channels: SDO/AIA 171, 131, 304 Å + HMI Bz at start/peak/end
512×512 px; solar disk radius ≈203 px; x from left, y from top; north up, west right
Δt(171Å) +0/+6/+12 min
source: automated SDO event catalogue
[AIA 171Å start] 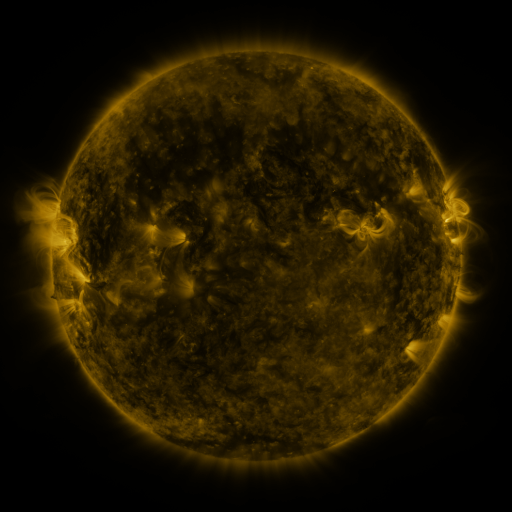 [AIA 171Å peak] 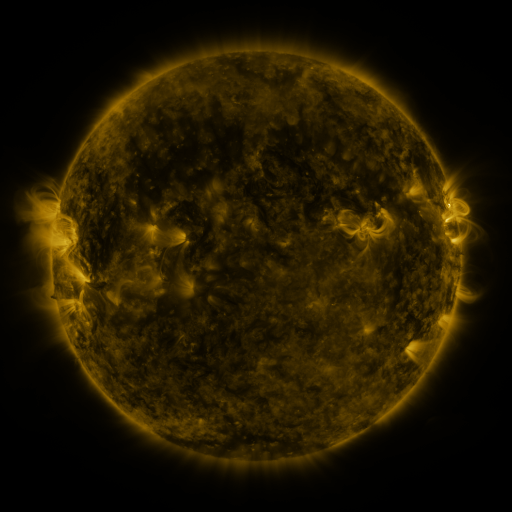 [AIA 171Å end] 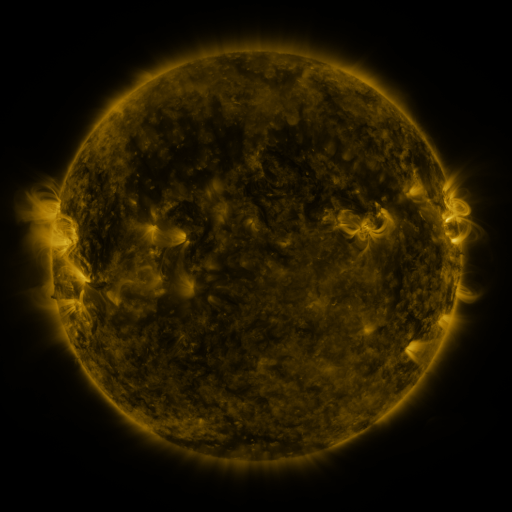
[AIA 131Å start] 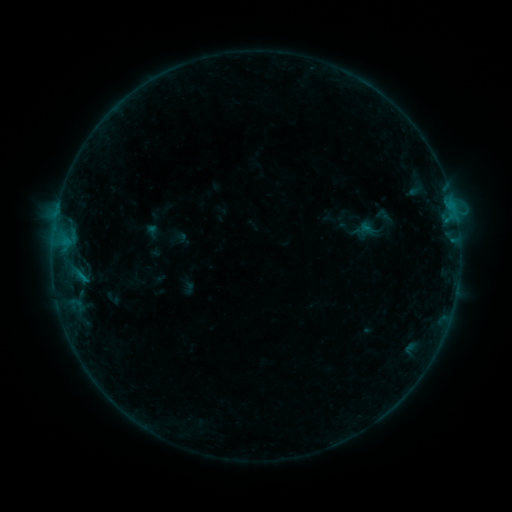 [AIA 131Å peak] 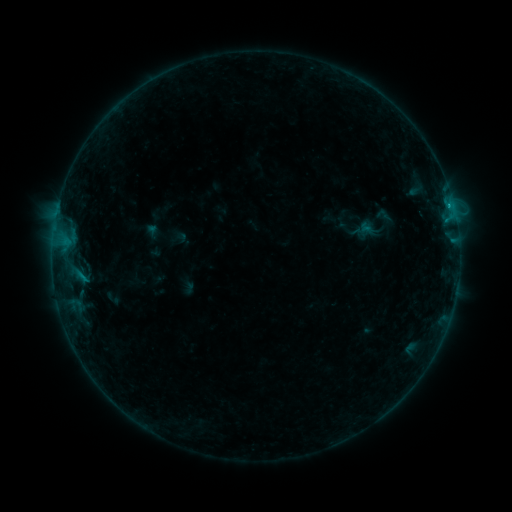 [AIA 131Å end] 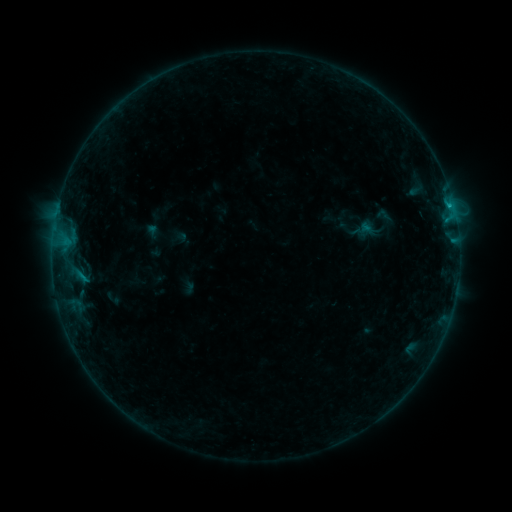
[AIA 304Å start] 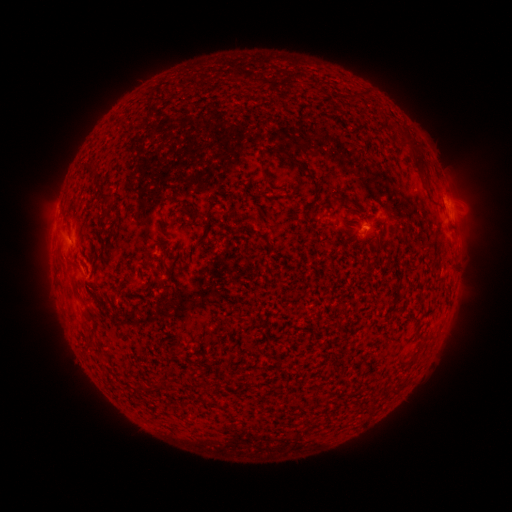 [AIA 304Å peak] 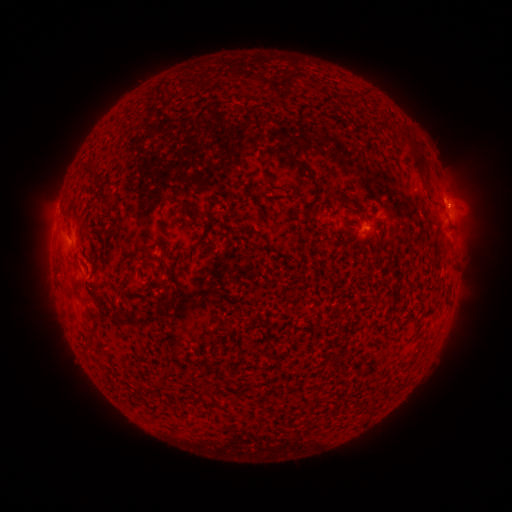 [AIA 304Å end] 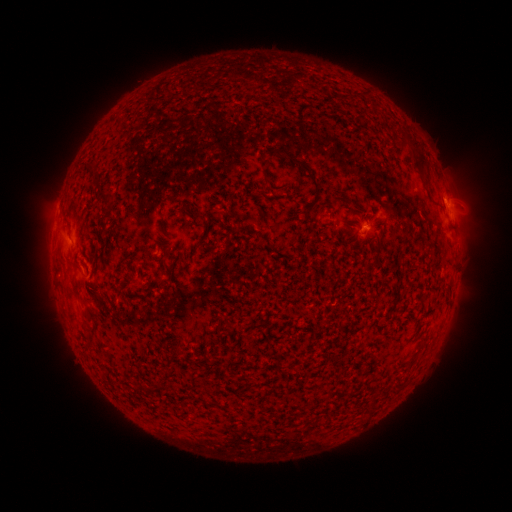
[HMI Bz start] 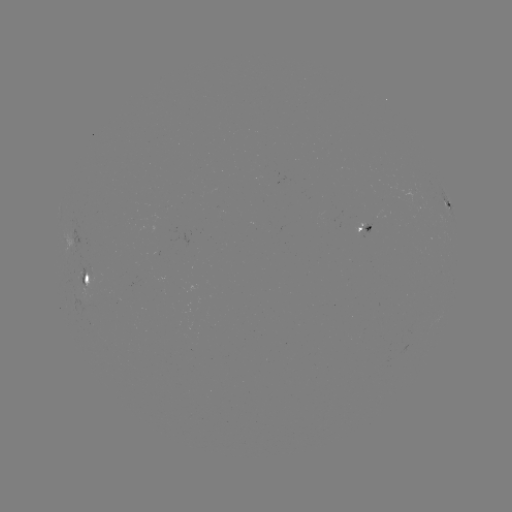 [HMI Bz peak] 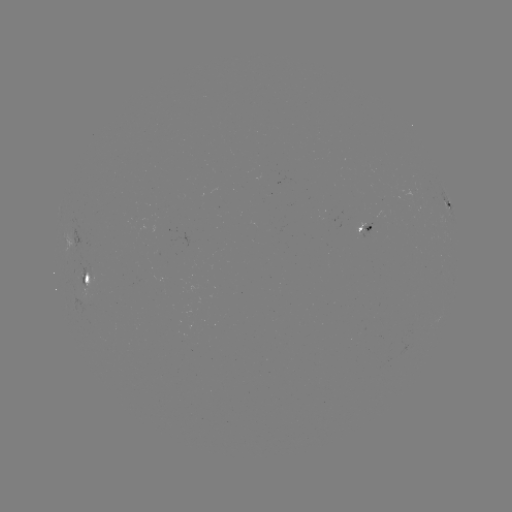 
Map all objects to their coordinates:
B4.0 flare: (449, 207)
